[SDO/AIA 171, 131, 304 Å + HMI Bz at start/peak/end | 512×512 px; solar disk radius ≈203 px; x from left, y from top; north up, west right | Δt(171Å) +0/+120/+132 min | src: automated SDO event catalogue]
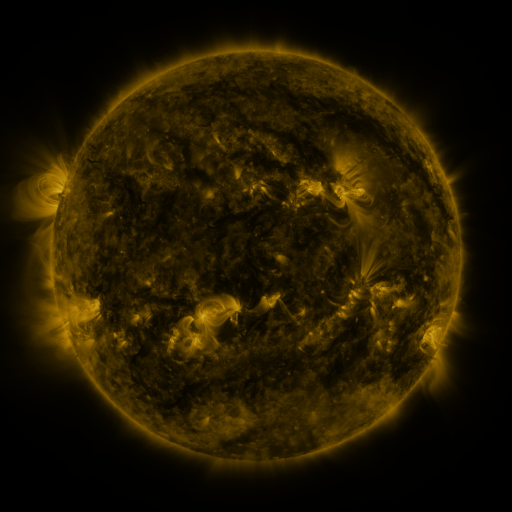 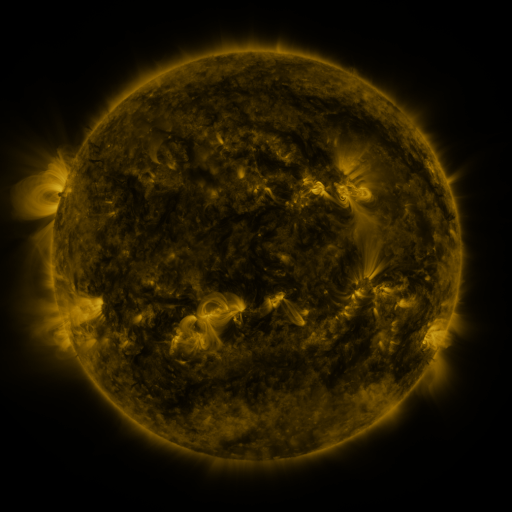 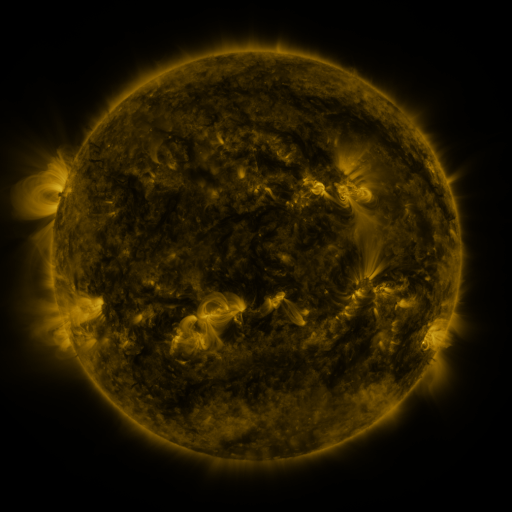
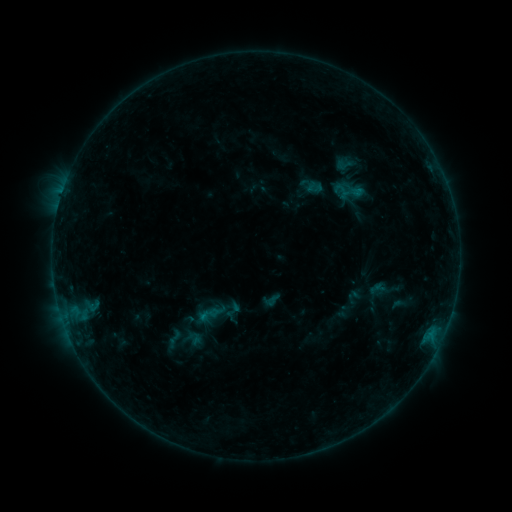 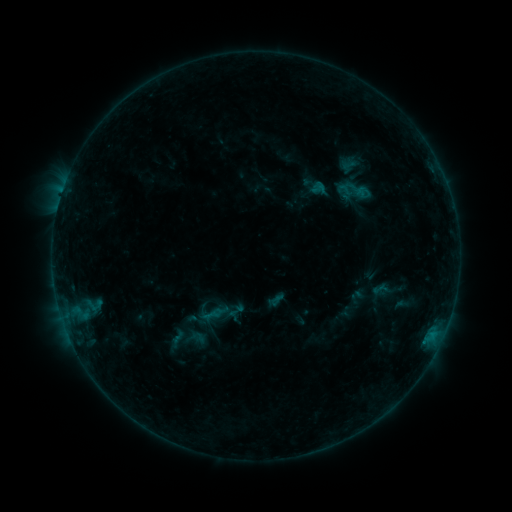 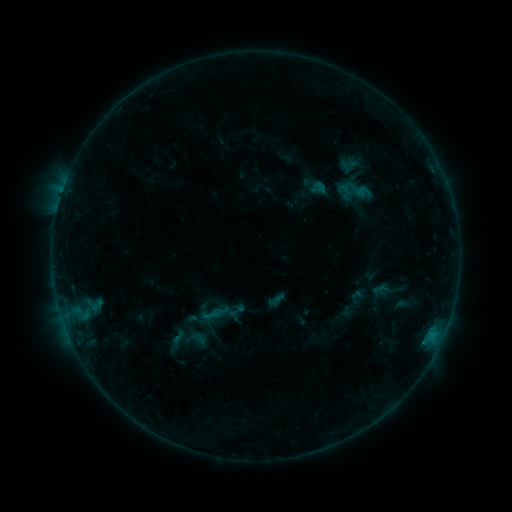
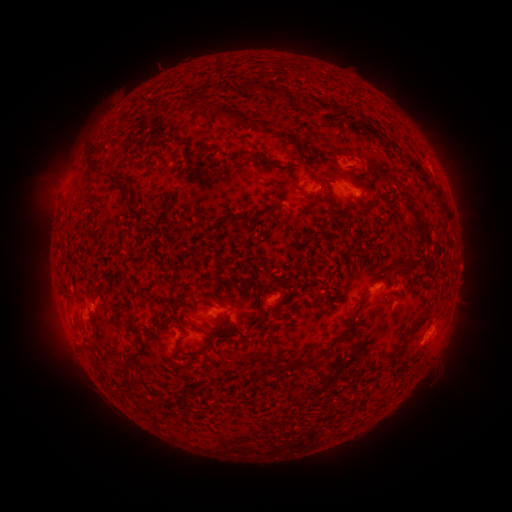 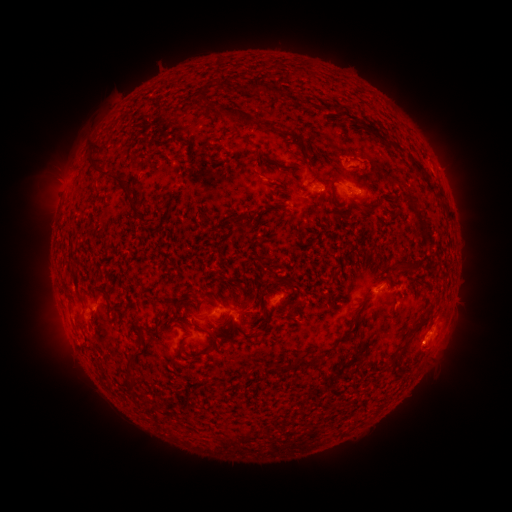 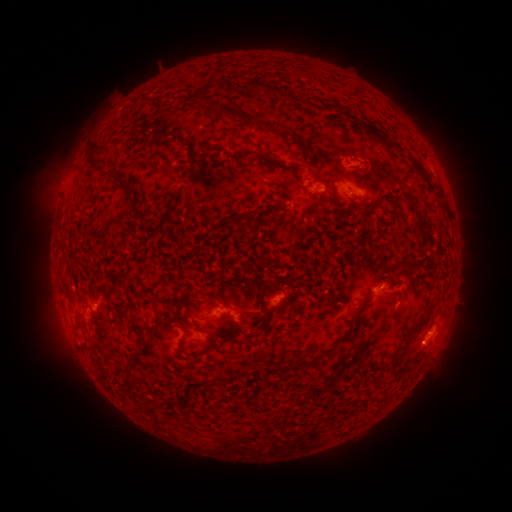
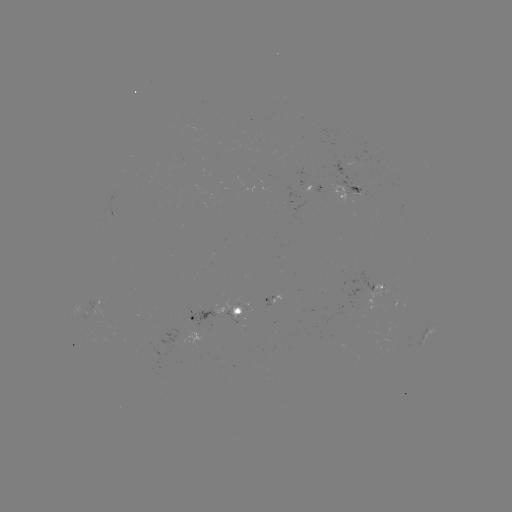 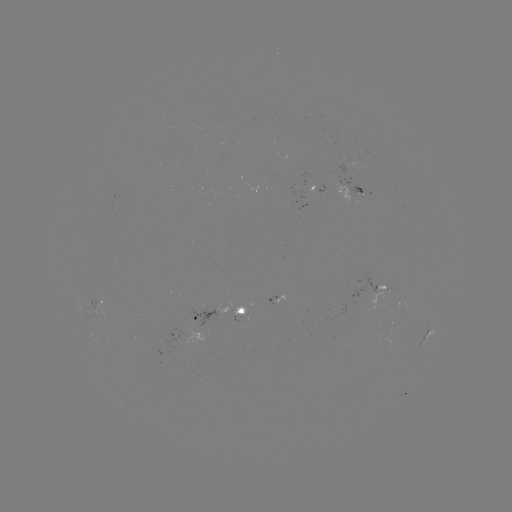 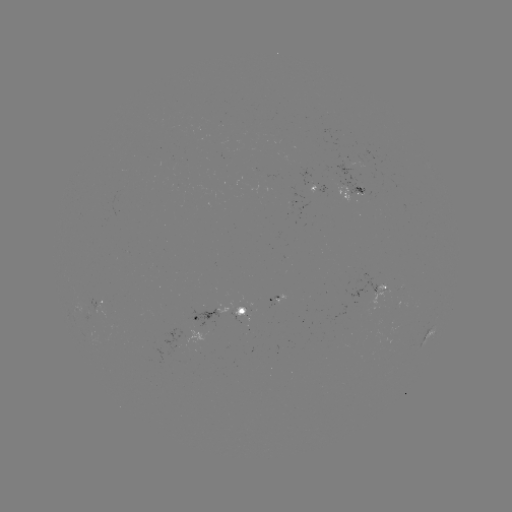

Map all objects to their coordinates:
emerging-flux region: (357, 187)
